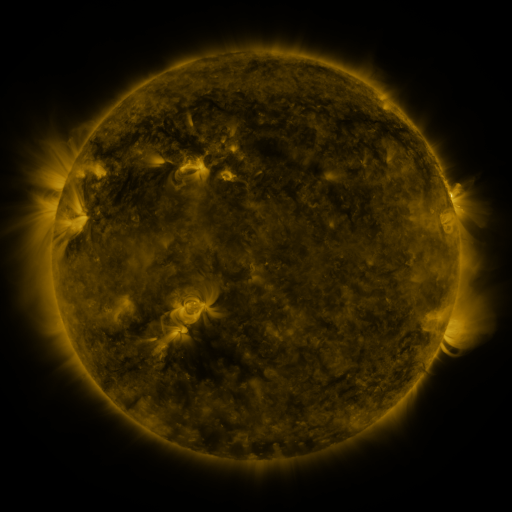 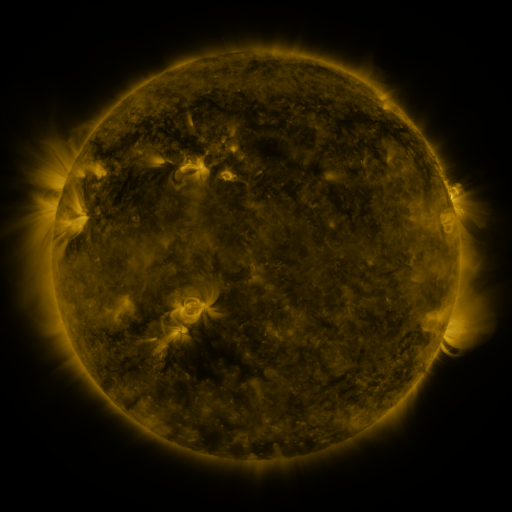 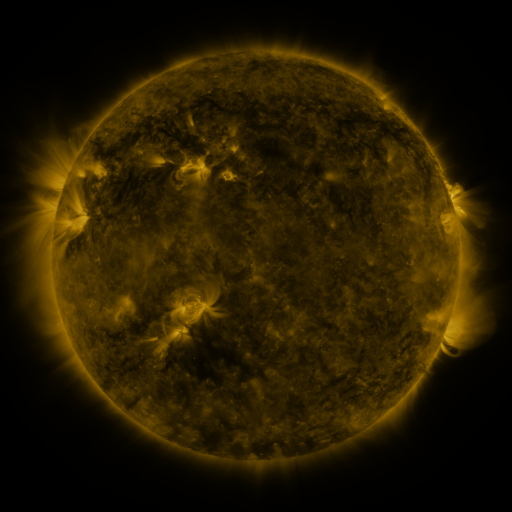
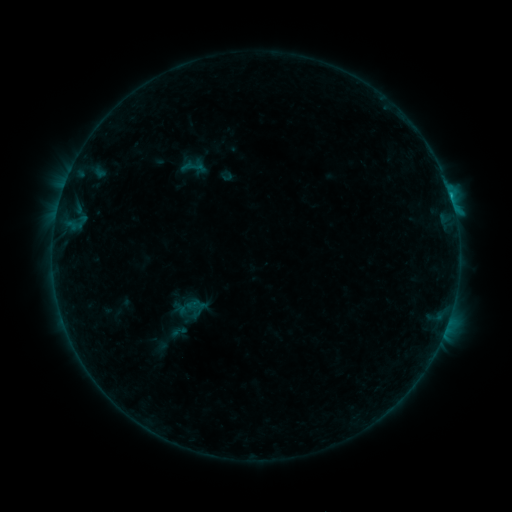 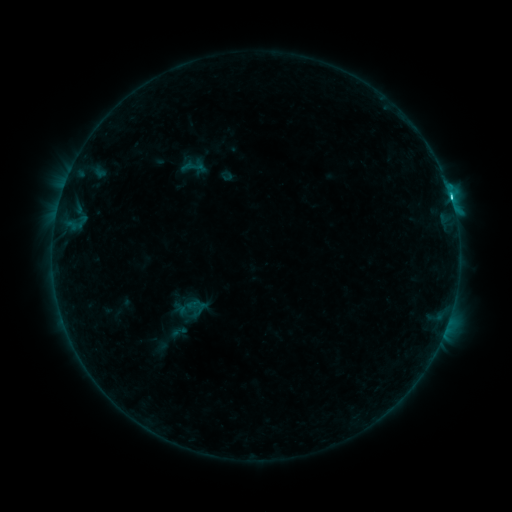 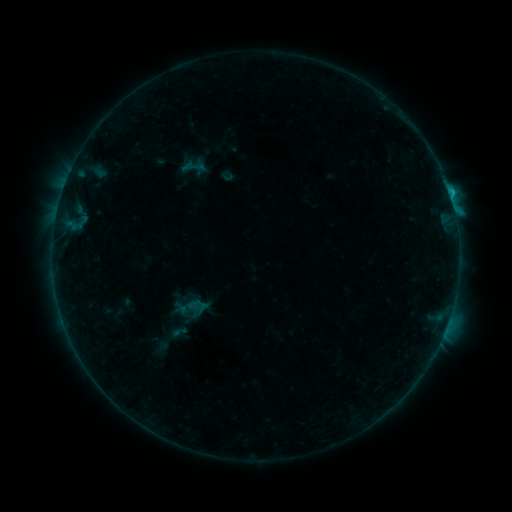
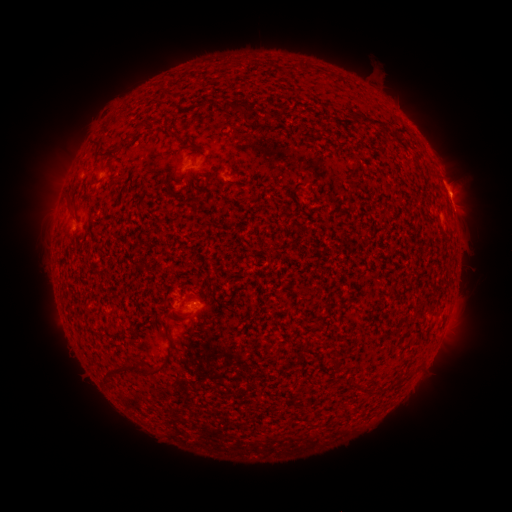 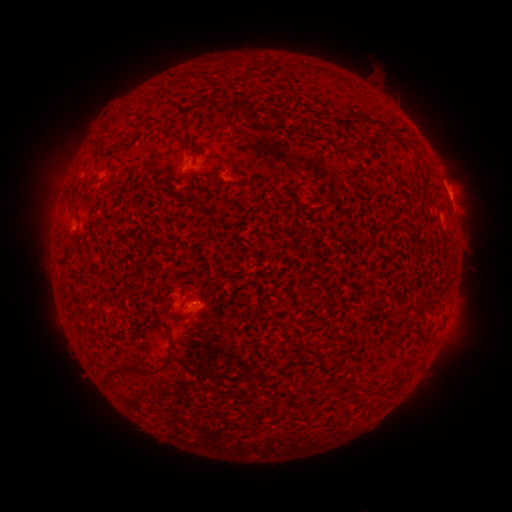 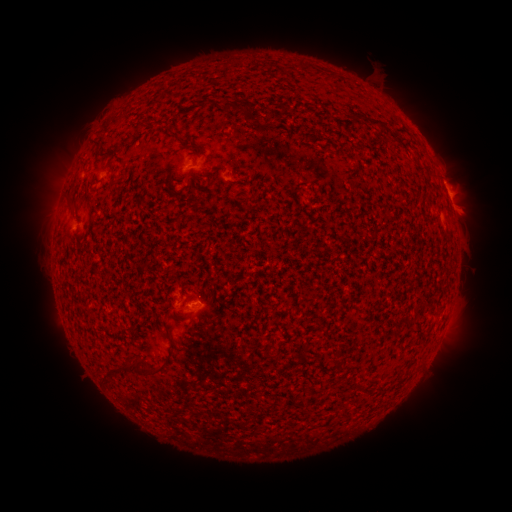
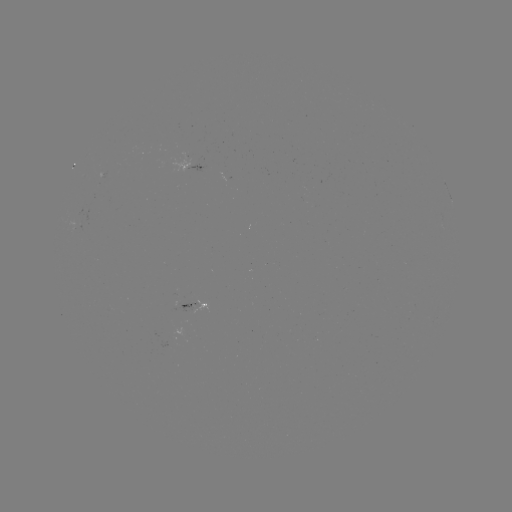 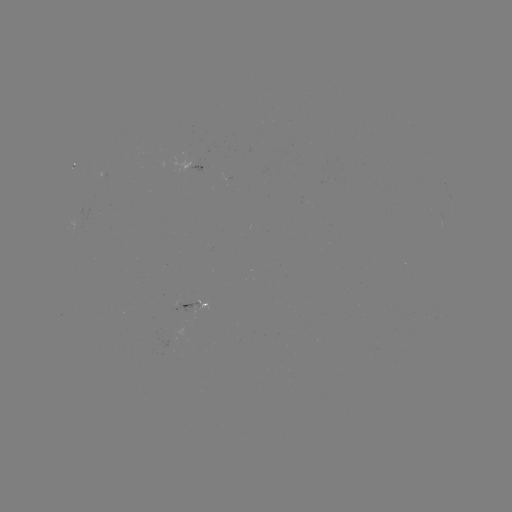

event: flare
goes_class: C2.0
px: (448, 192)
